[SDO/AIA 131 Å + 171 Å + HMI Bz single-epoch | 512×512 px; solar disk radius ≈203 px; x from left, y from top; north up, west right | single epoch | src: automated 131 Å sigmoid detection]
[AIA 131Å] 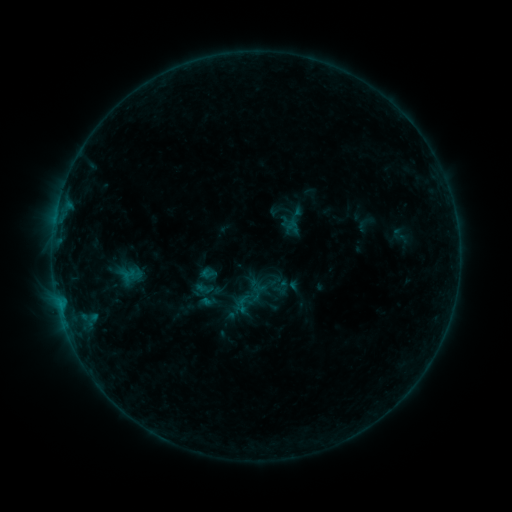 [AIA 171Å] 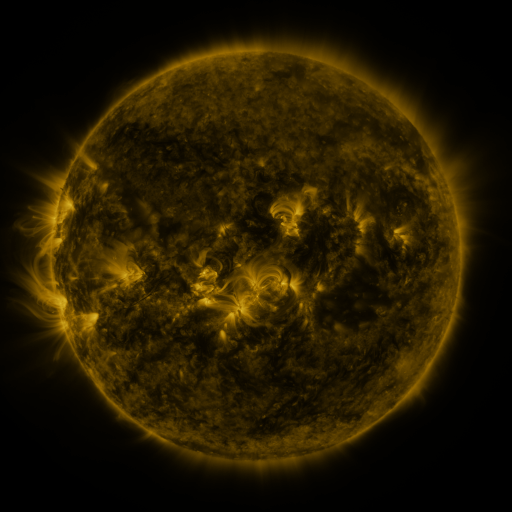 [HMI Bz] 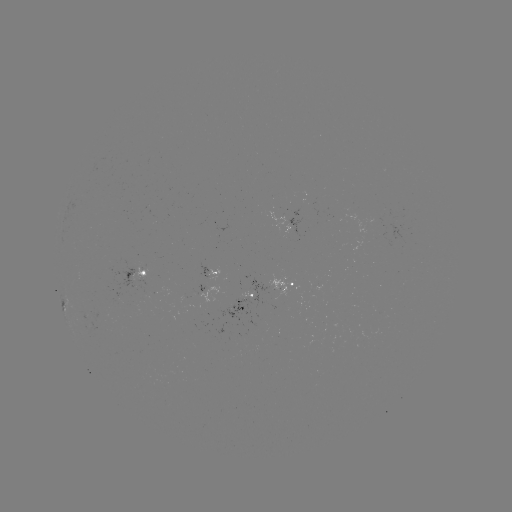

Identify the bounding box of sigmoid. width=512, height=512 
[234, 297, 250, 313].